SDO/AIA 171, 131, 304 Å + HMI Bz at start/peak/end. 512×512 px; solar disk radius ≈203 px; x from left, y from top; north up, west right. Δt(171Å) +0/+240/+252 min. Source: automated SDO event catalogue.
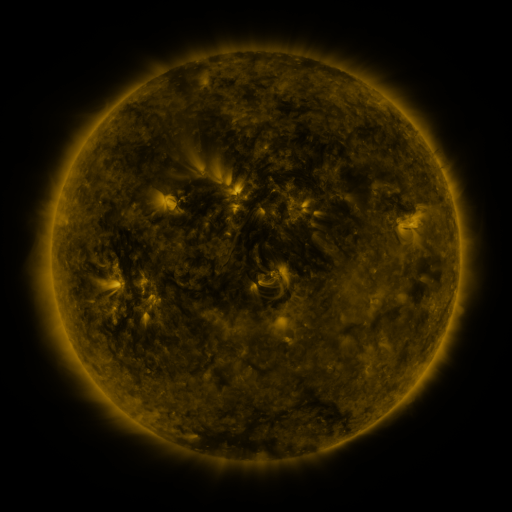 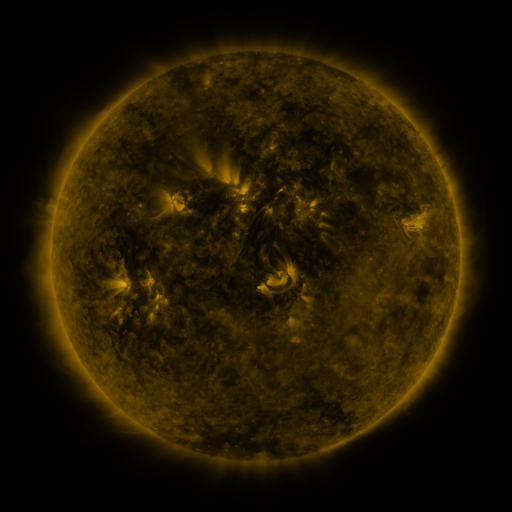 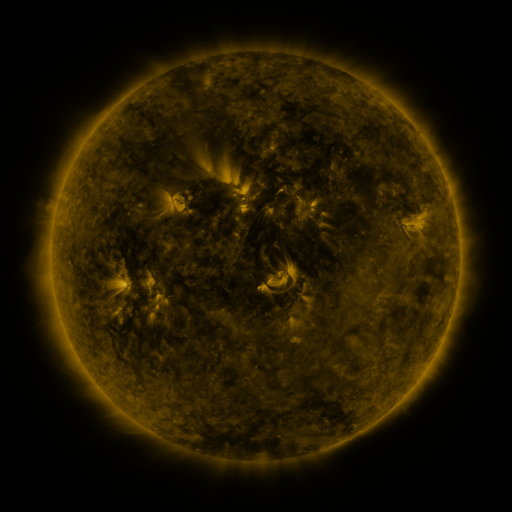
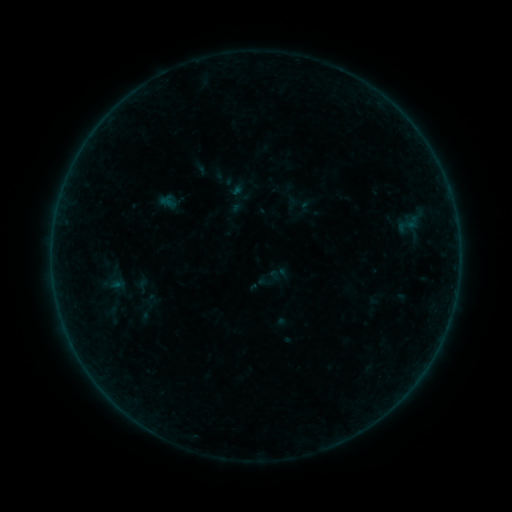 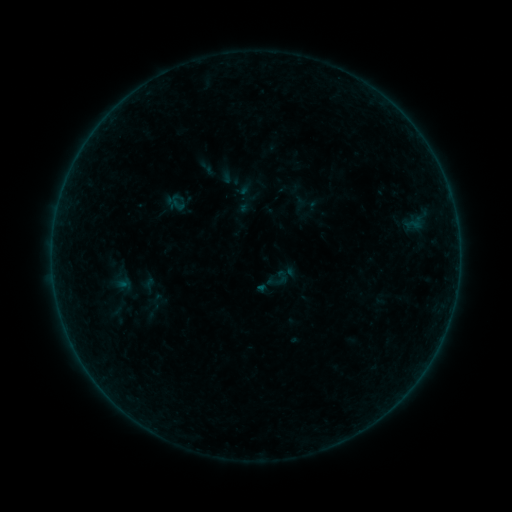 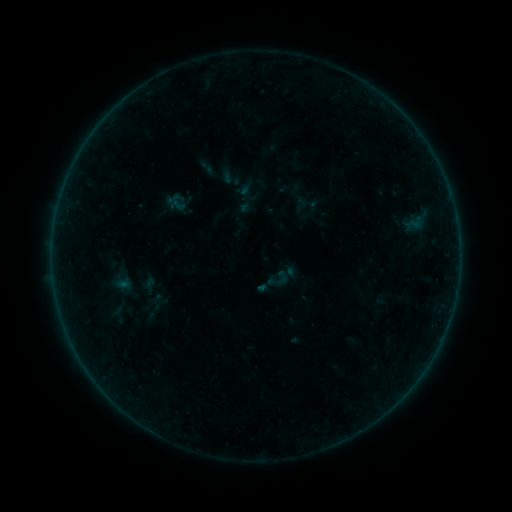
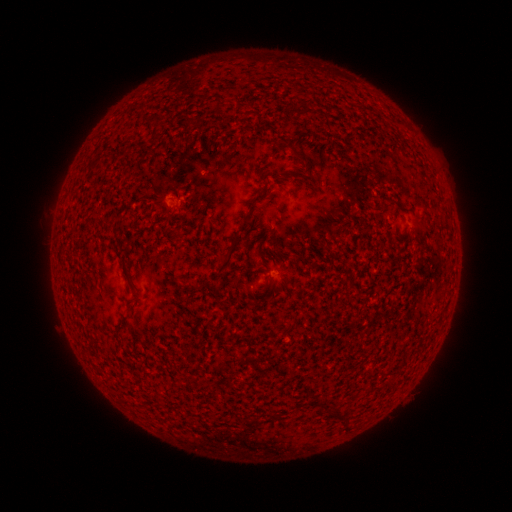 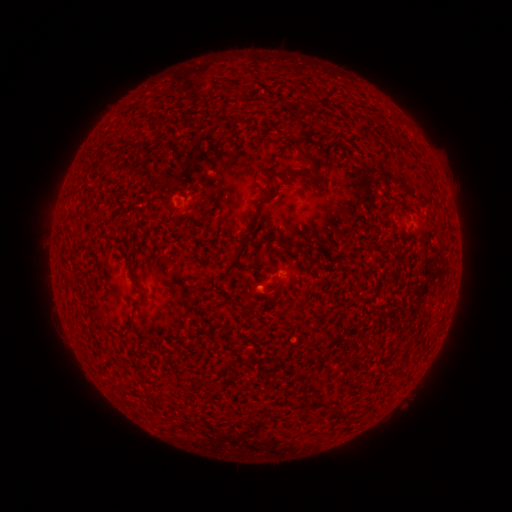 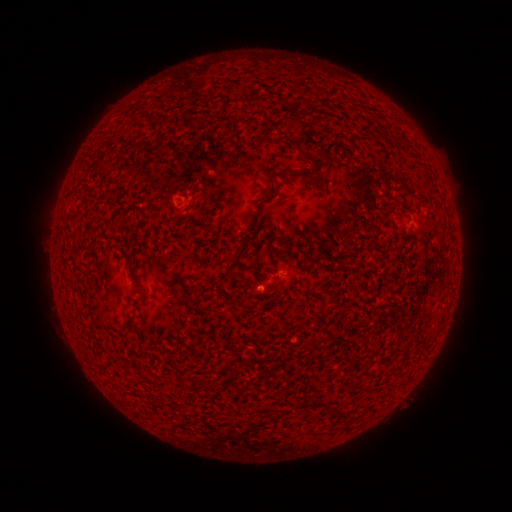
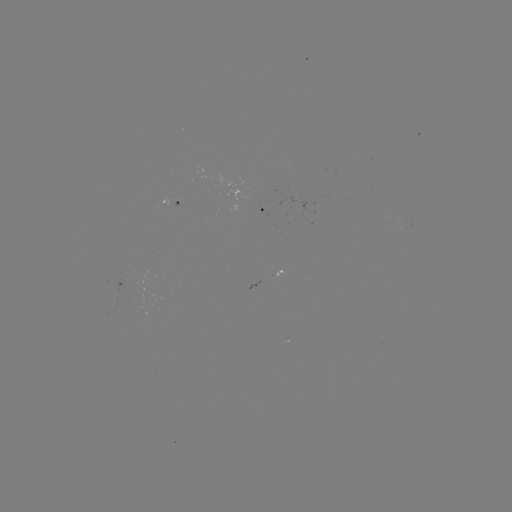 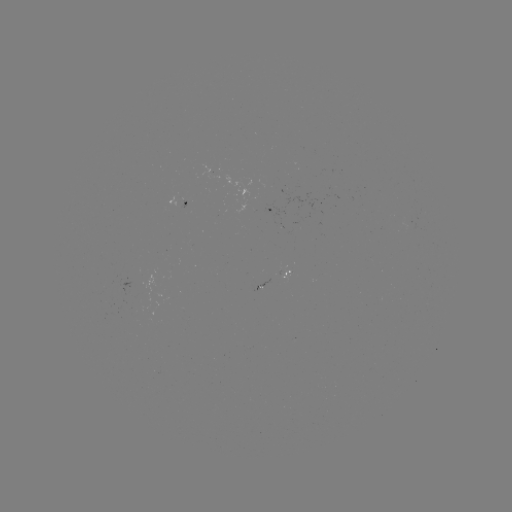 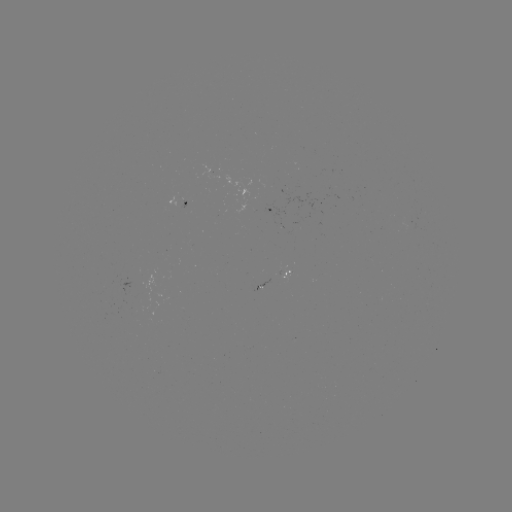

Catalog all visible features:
emerging-flux region: (261, 287)
